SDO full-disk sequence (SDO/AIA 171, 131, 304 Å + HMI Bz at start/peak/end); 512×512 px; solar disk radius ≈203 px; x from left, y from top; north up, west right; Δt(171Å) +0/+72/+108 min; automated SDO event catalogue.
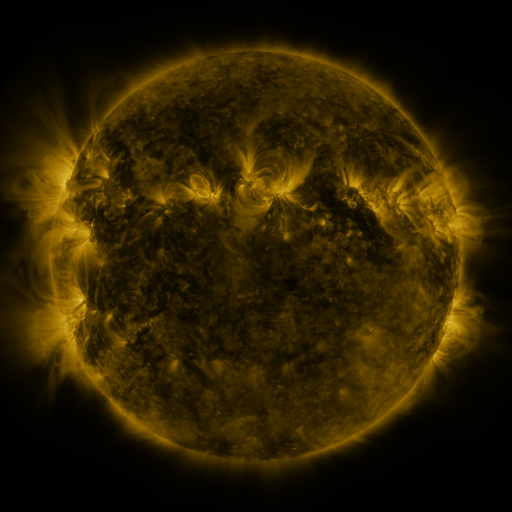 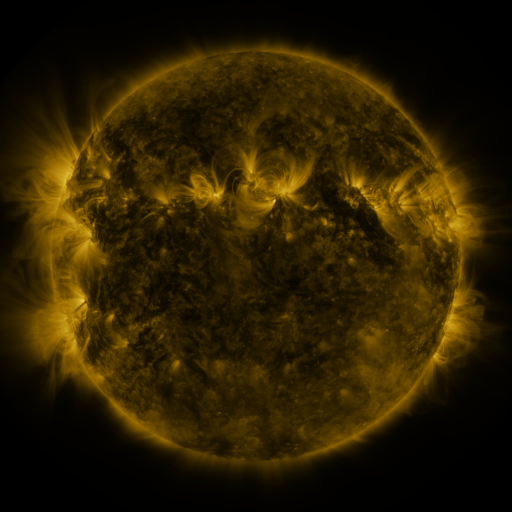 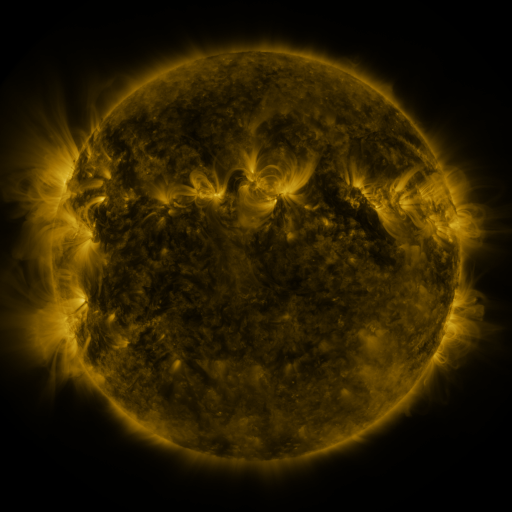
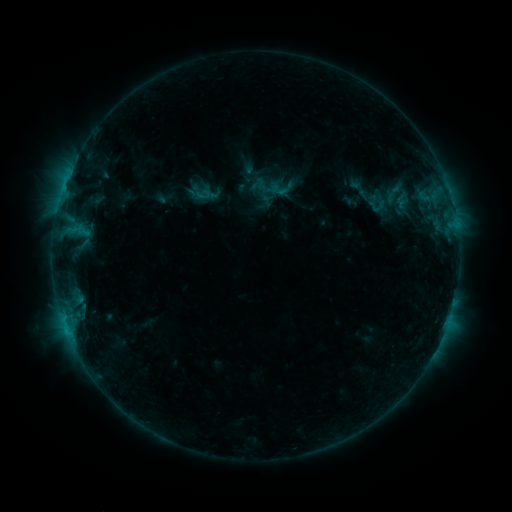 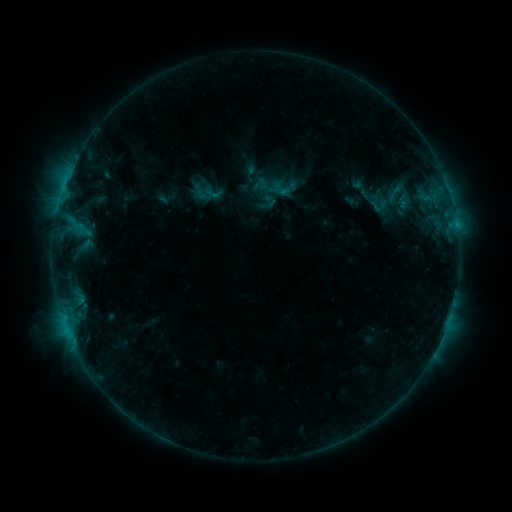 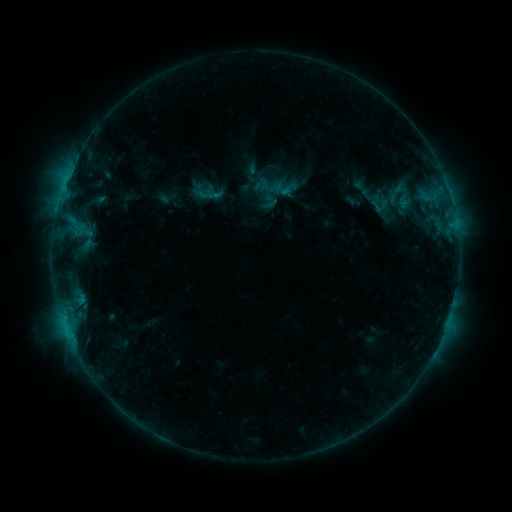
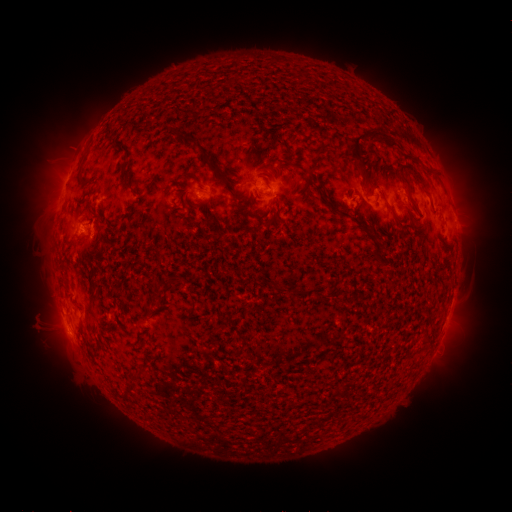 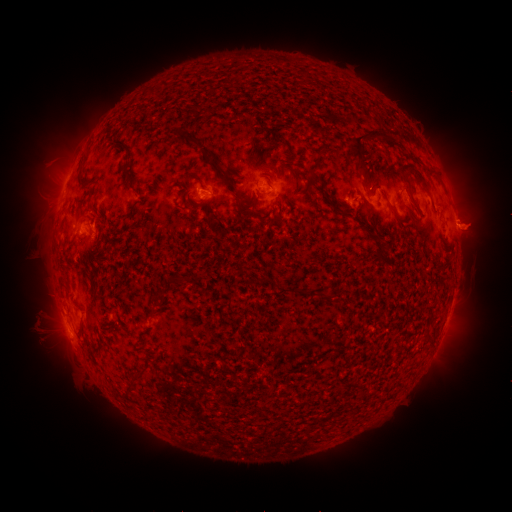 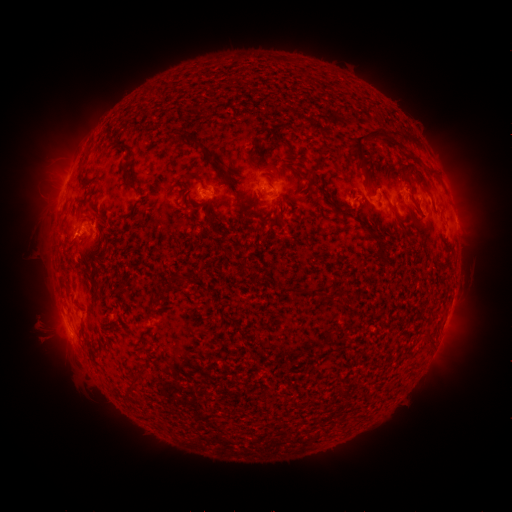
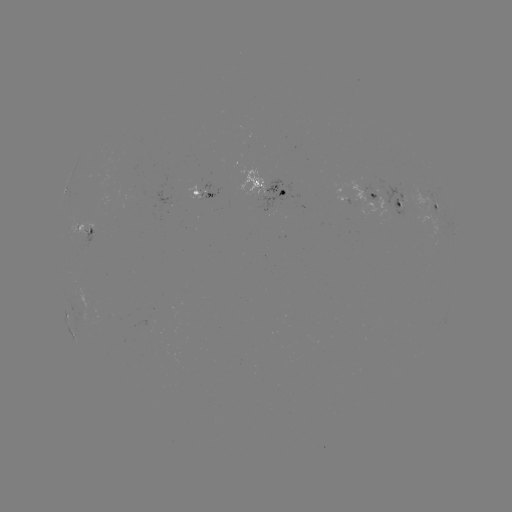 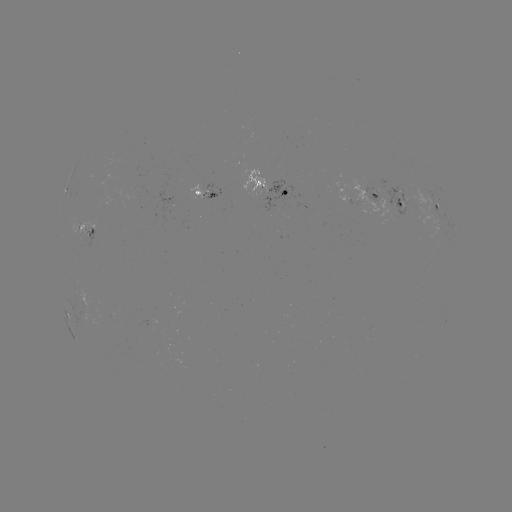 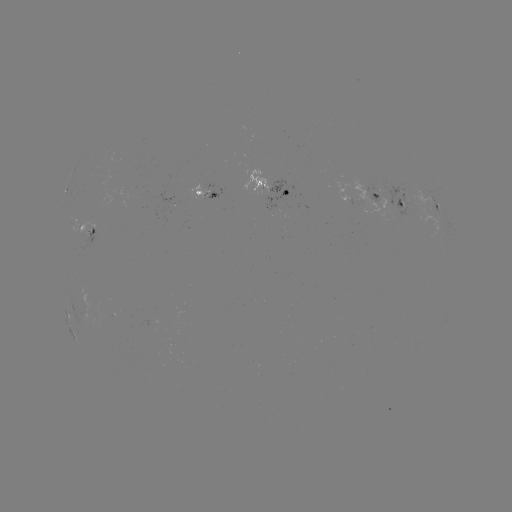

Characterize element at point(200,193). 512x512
emerging-flux region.